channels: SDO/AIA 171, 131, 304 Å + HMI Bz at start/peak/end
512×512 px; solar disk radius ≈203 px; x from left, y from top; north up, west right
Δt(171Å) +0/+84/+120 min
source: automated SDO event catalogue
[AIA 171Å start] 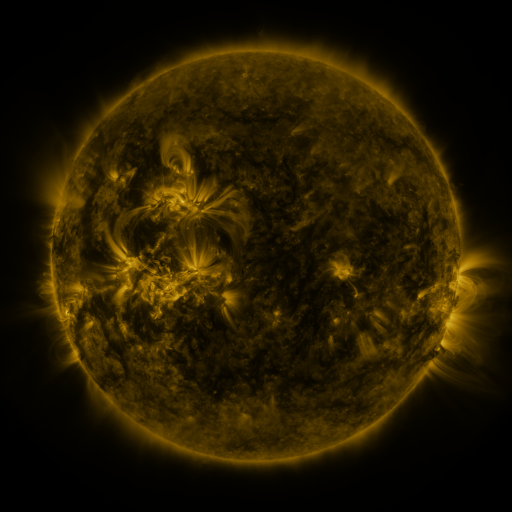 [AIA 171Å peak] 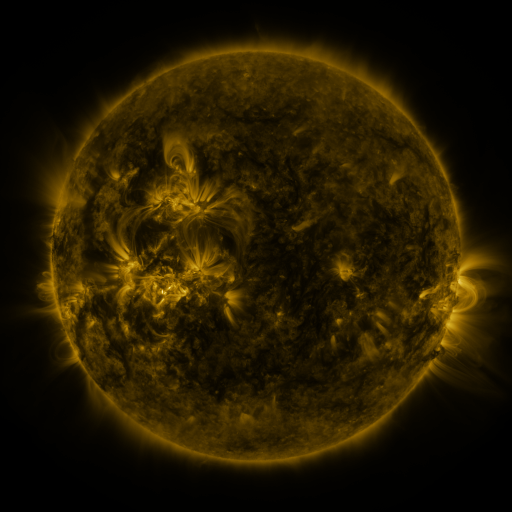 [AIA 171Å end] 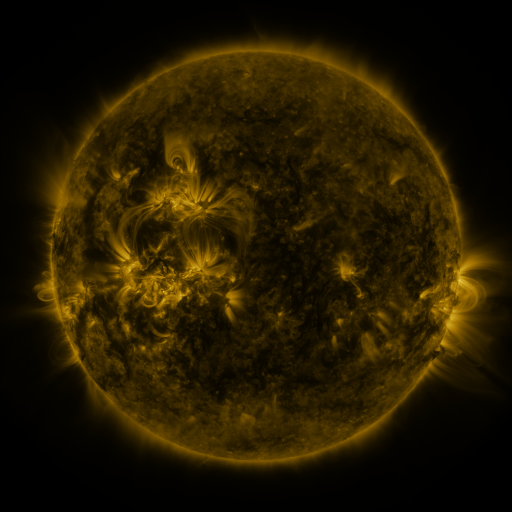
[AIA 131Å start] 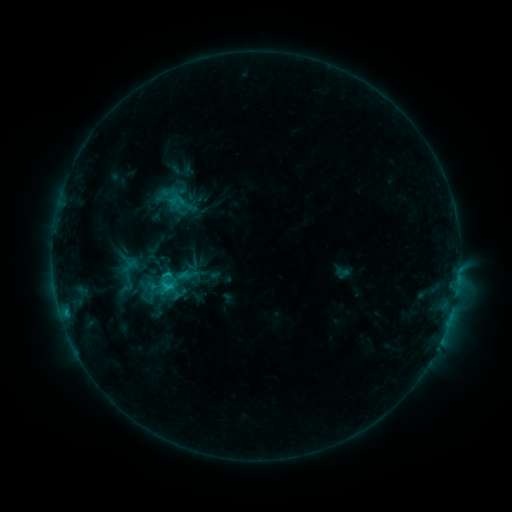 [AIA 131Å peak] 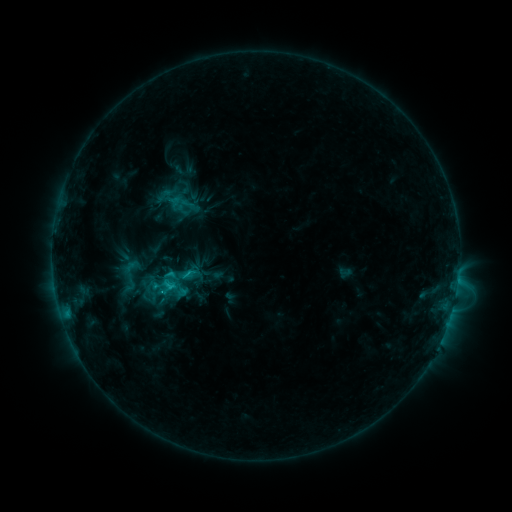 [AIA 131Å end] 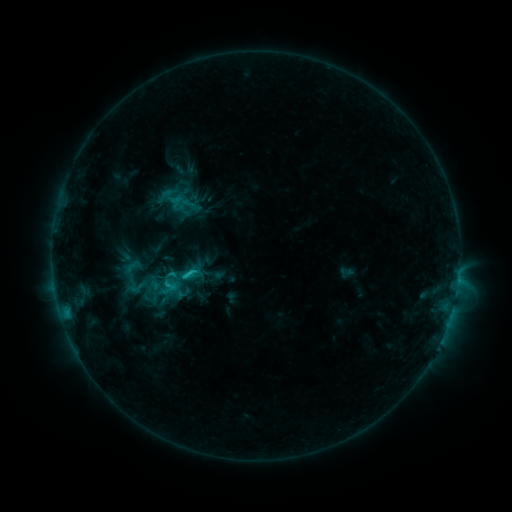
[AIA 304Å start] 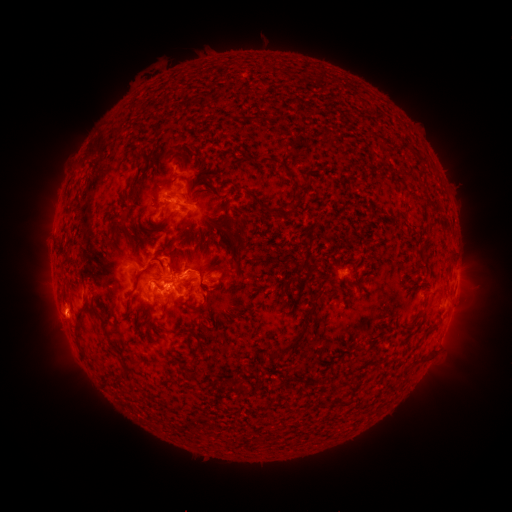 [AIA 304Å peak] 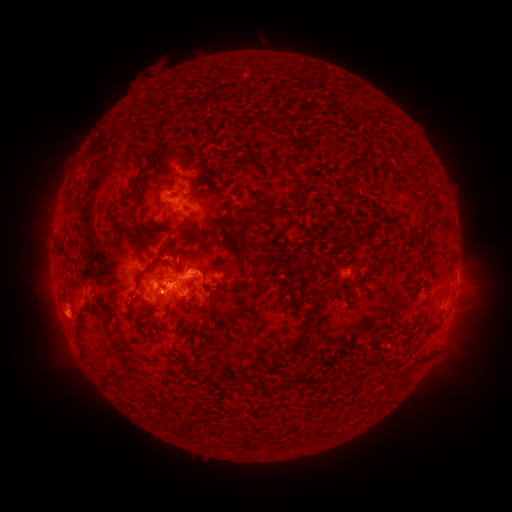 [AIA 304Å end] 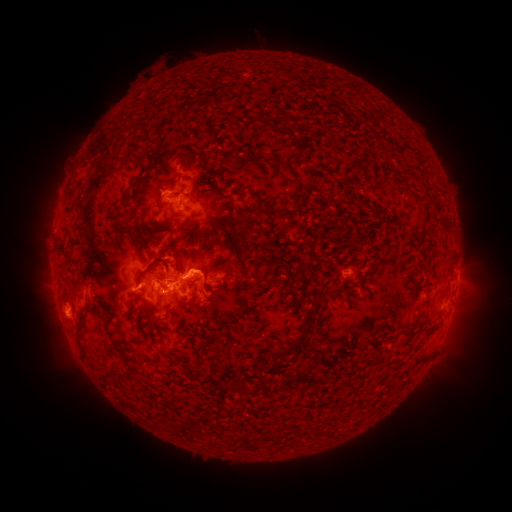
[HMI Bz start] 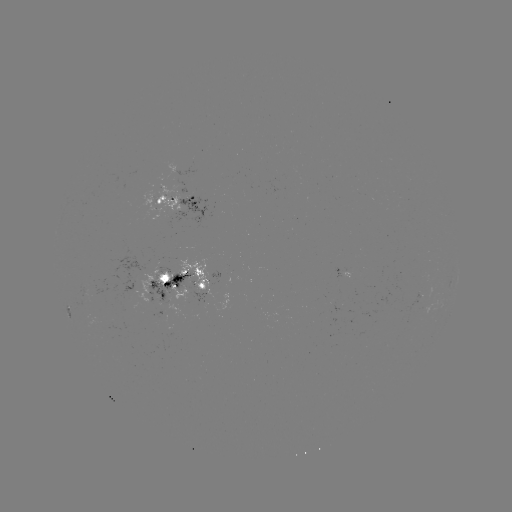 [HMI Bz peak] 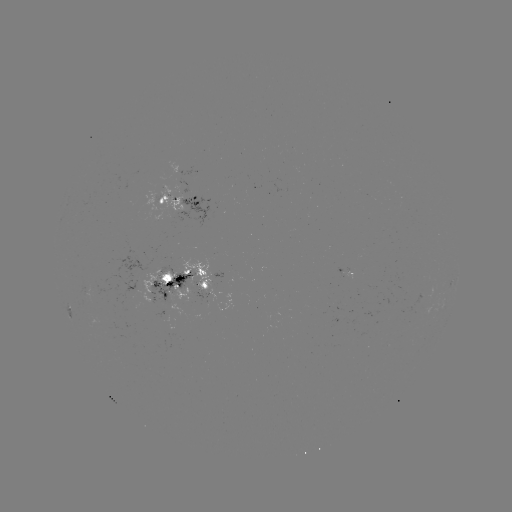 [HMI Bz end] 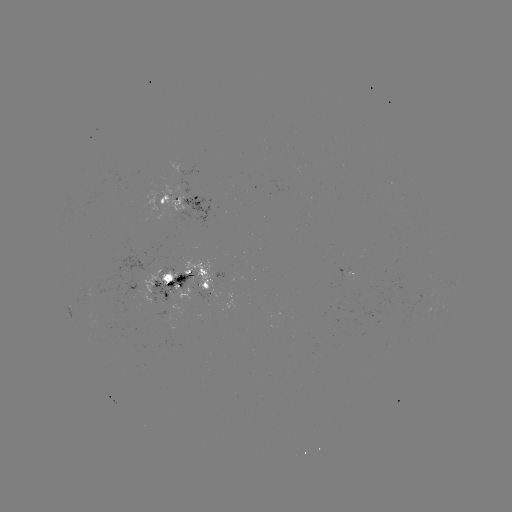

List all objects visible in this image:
emerging-flux region: (132, 306)
